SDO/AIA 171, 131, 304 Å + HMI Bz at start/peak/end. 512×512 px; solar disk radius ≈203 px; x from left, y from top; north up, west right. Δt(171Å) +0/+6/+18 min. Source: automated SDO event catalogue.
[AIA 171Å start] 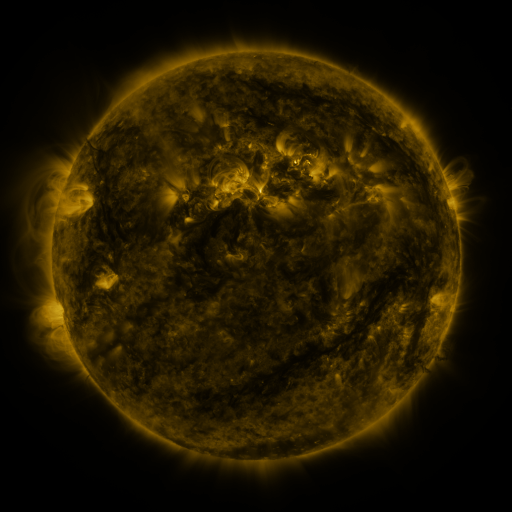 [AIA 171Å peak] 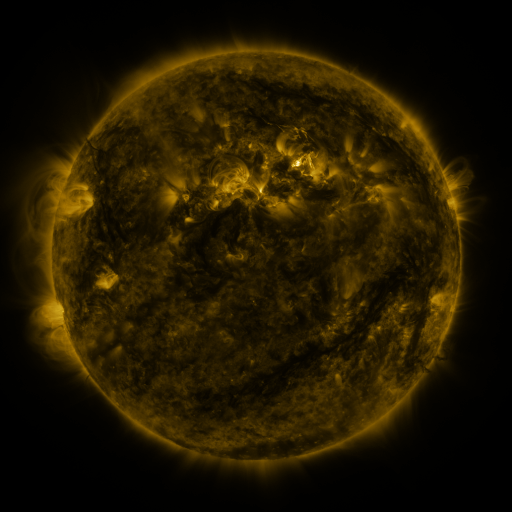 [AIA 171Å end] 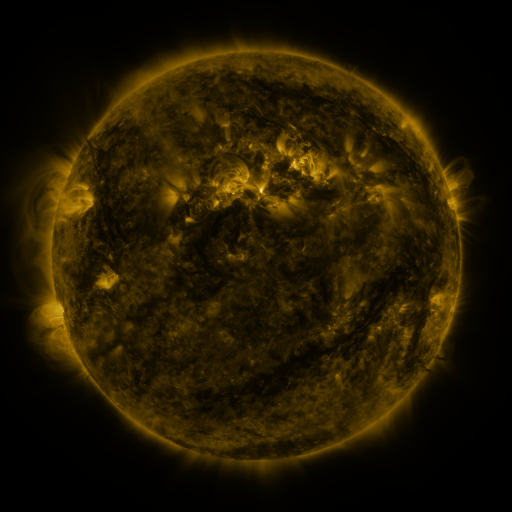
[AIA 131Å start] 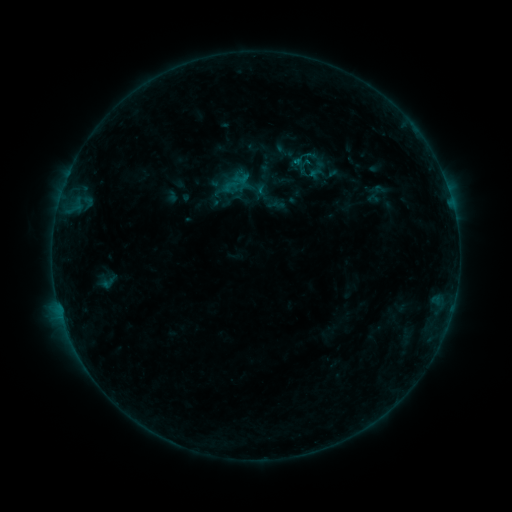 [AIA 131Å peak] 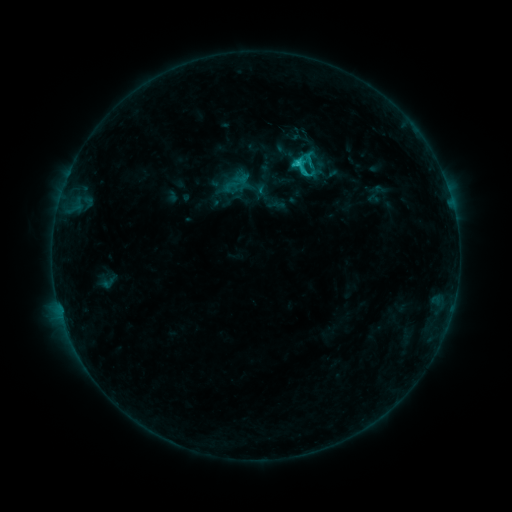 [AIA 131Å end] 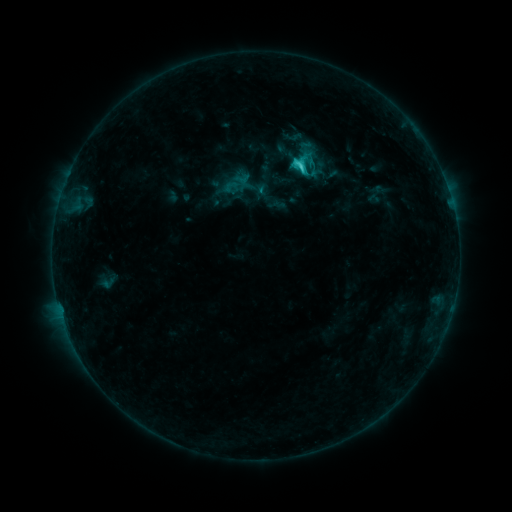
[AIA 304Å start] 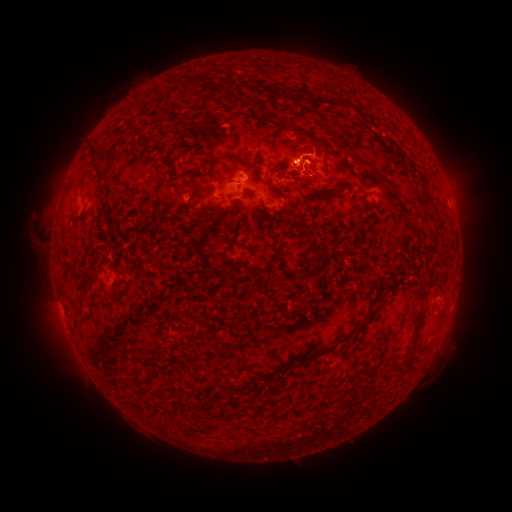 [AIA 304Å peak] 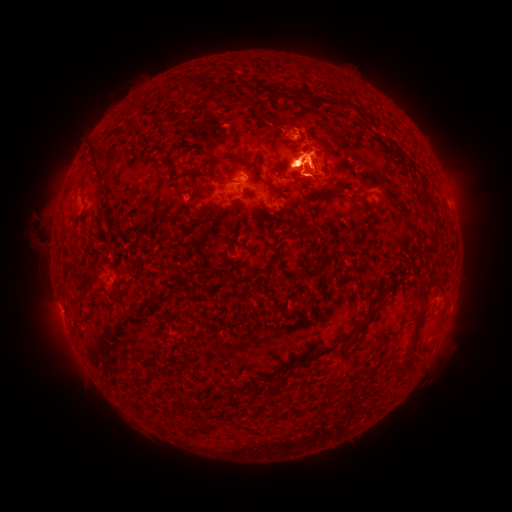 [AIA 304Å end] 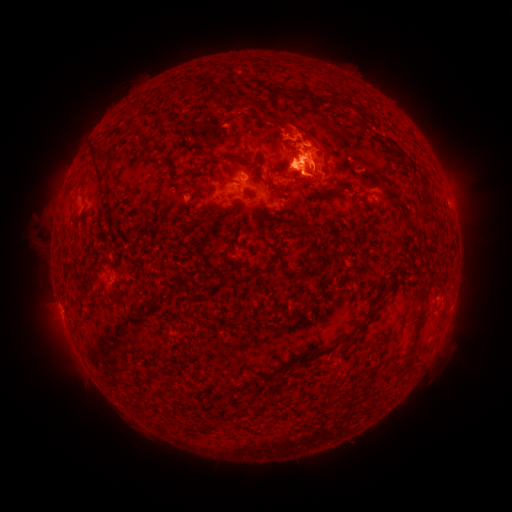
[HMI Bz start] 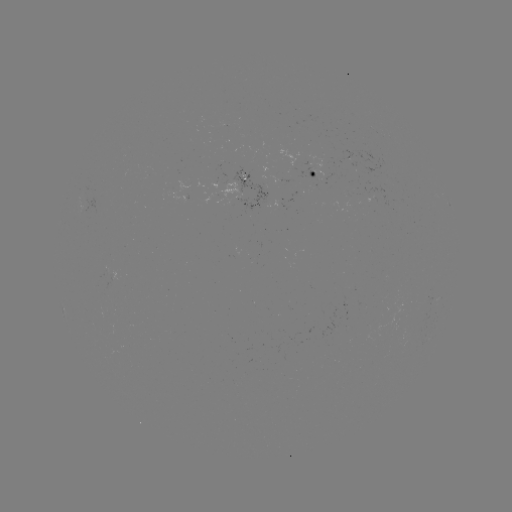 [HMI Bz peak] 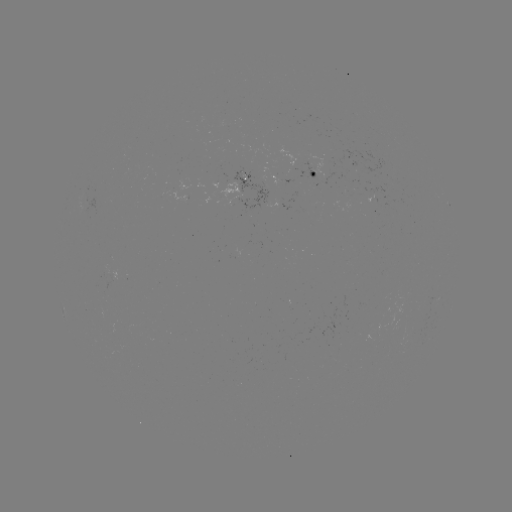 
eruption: (278, 37, 325, 67)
